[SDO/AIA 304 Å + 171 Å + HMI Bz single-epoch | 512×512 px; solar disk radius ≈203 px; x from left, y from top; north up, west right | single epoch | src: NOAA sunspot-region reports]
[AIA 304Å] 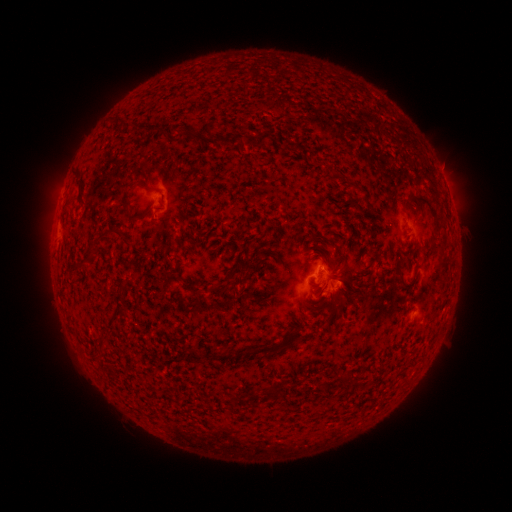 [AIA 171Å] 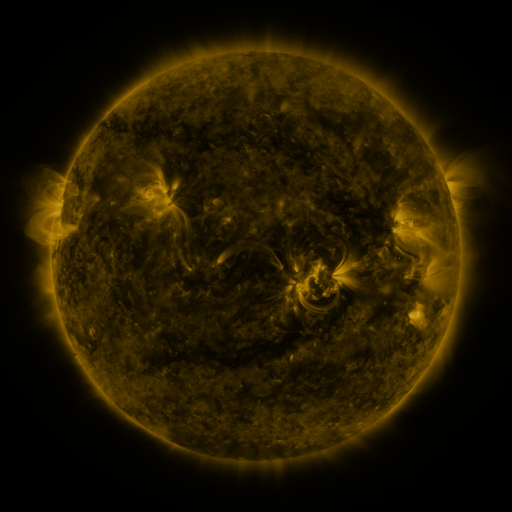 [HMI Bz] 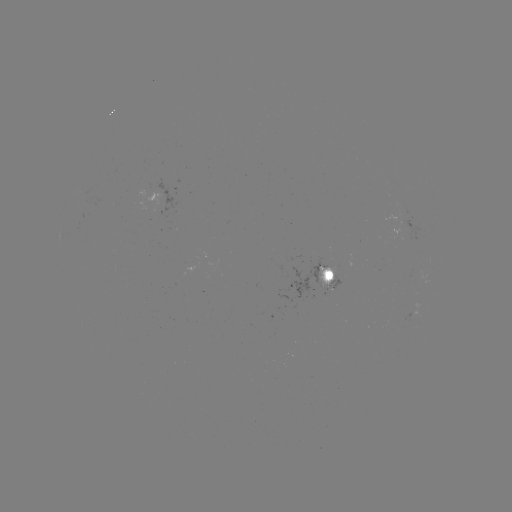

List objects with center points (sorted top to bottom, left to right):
spotted active region: (328, 274)
